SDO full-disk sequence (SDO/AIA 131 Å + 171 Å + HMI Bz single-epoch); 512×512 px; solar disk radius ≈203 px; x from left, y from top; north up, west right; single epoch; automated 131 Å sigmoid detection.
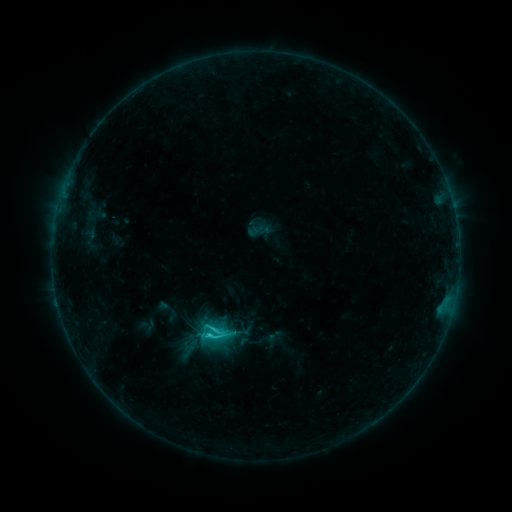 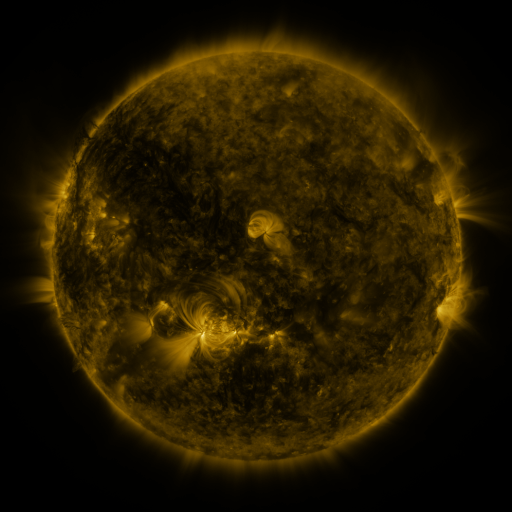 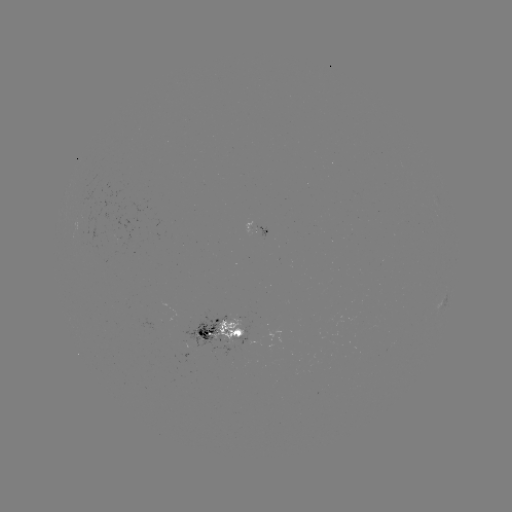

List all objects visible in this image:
sigmoid: [195, 316, 231, 350]
